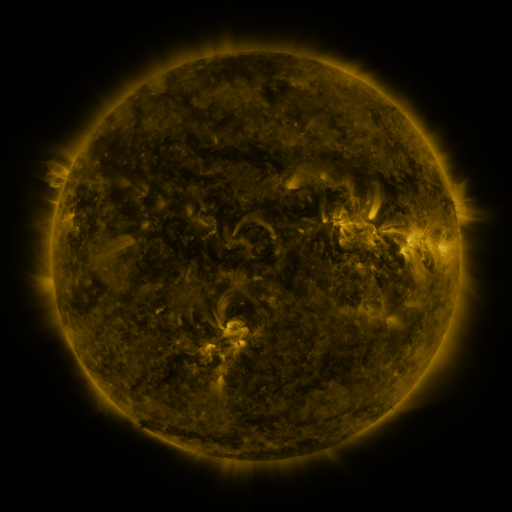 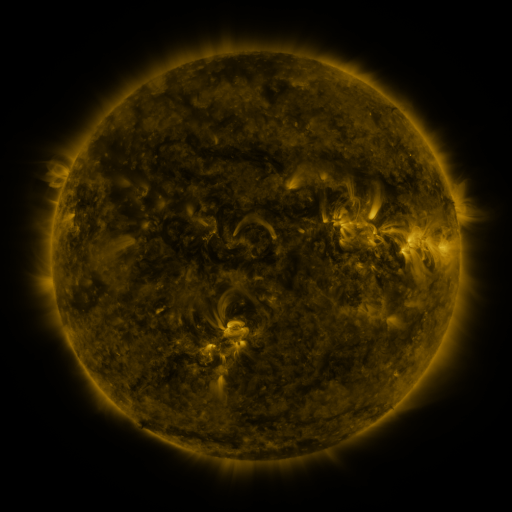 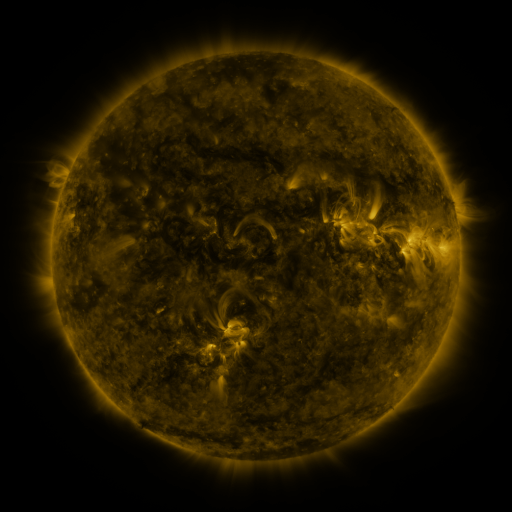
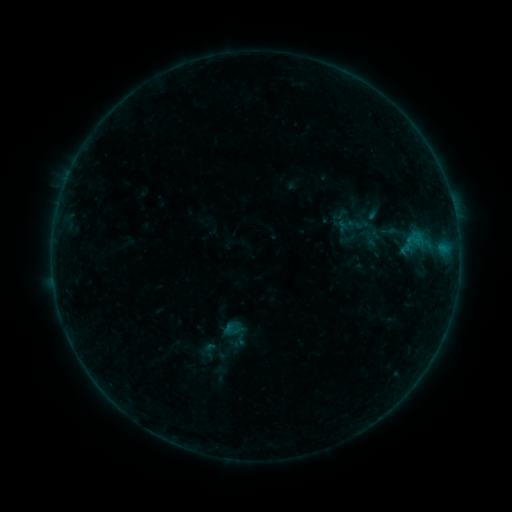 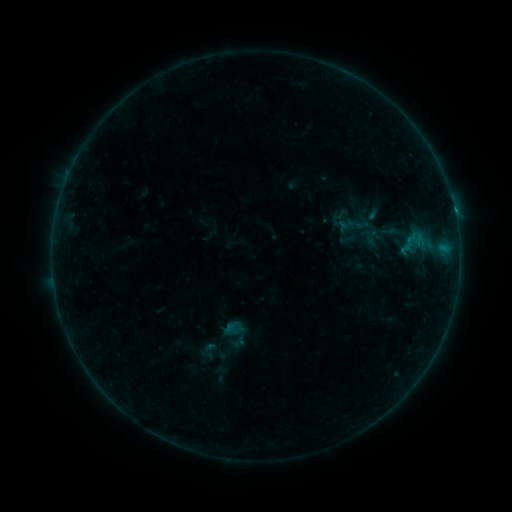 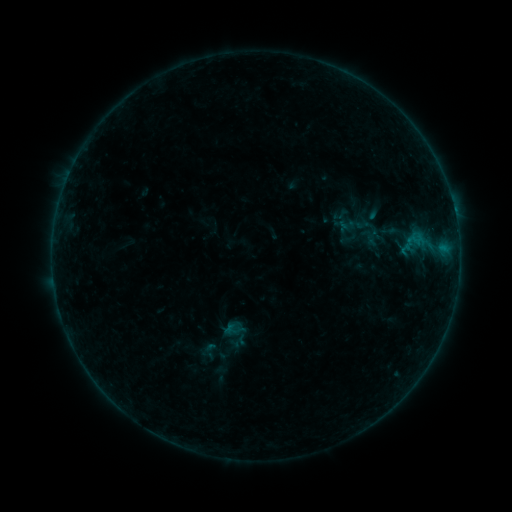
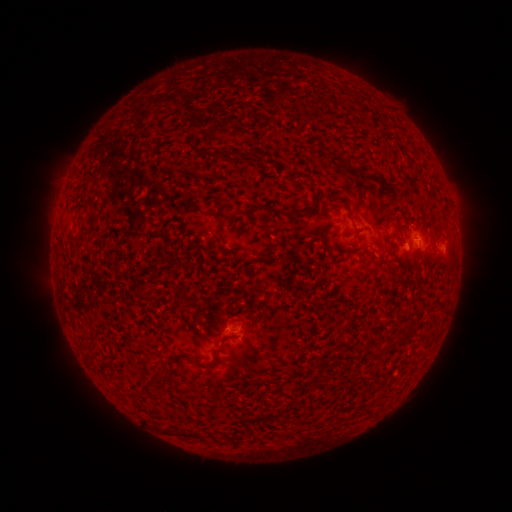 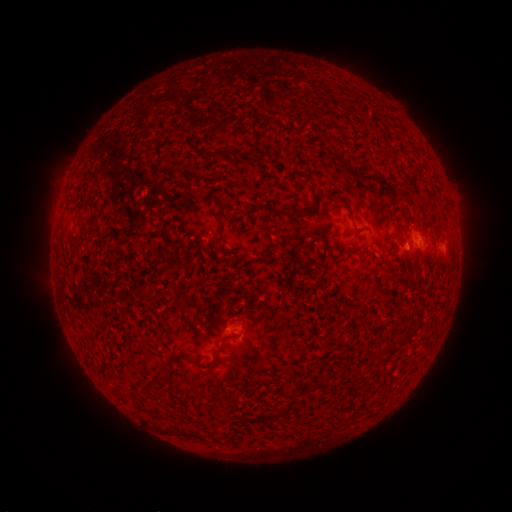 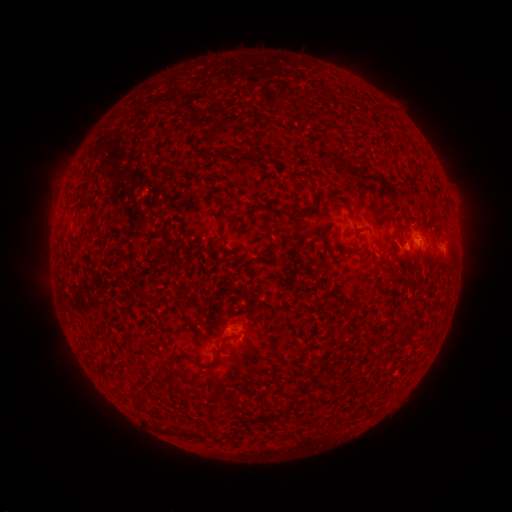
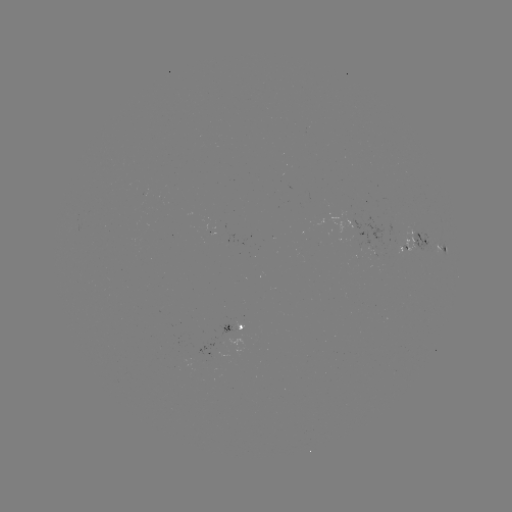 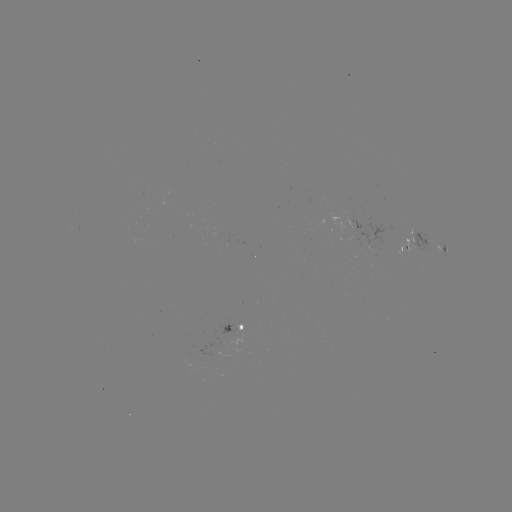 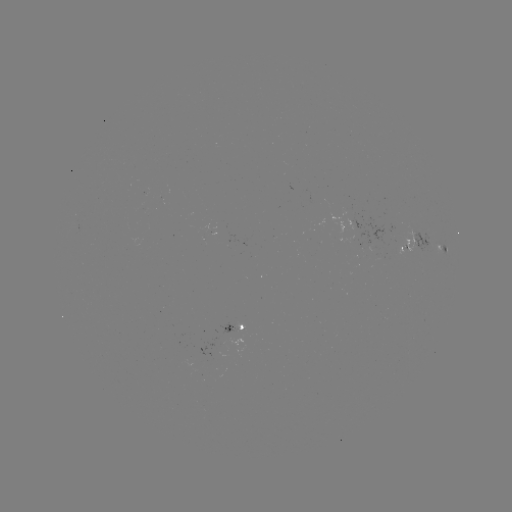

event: flare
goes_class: B3.3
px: (454, 214)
